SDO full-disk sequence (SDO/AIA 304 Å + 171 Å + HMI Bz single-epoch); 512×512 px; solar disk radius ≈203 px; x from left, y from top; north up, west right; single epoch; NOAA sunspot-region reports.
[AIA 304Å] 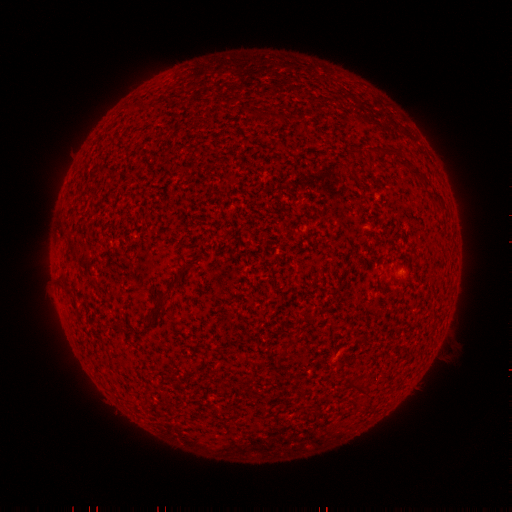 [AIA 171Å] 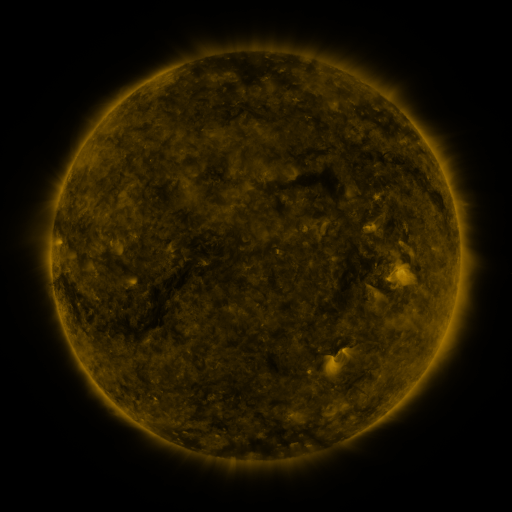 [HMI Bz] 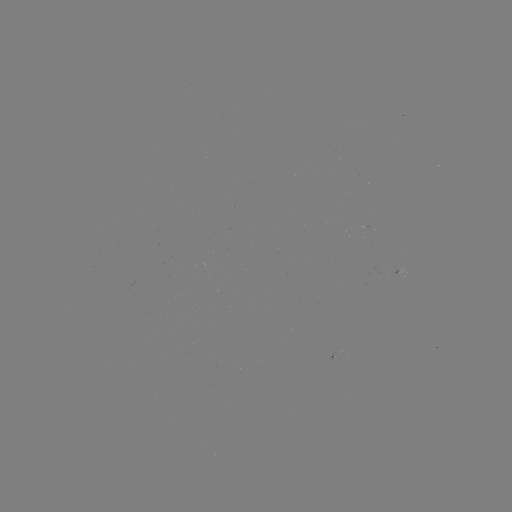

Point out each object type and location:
spotted active region: (342, 353)
